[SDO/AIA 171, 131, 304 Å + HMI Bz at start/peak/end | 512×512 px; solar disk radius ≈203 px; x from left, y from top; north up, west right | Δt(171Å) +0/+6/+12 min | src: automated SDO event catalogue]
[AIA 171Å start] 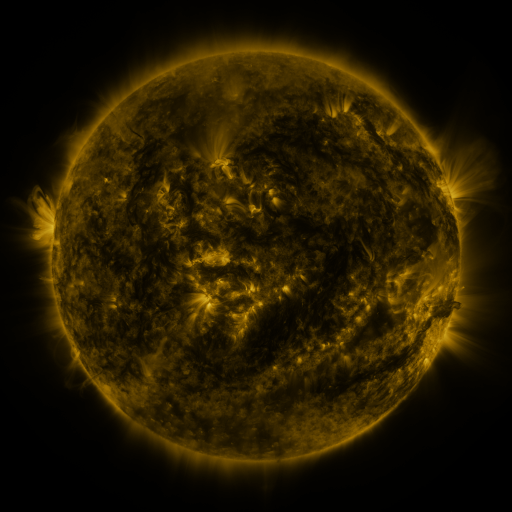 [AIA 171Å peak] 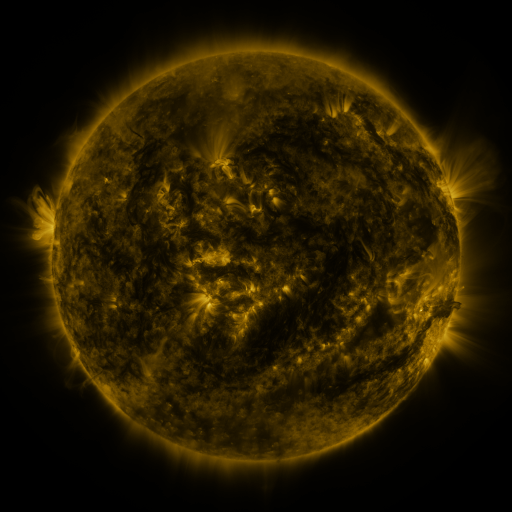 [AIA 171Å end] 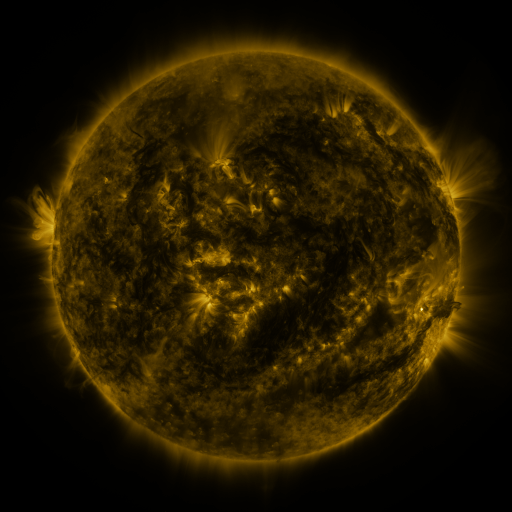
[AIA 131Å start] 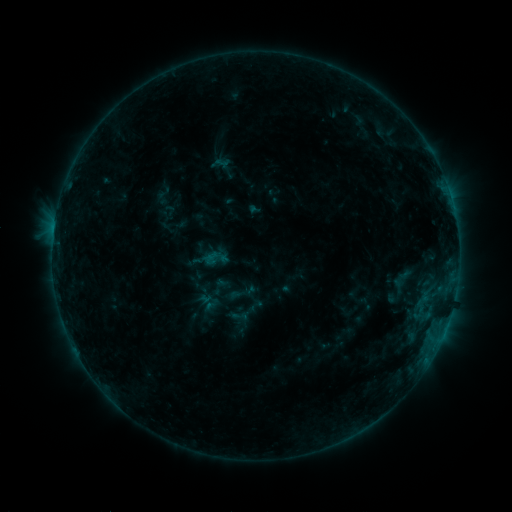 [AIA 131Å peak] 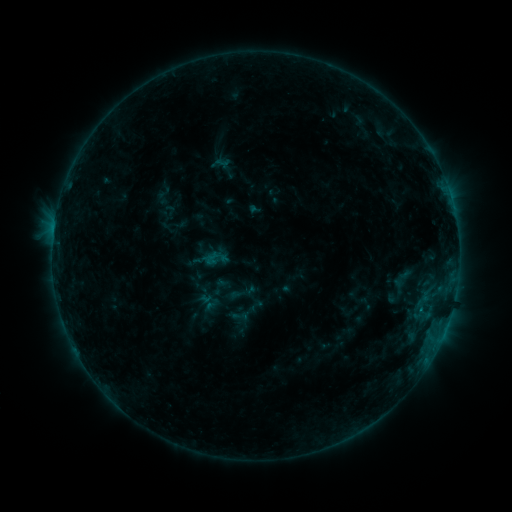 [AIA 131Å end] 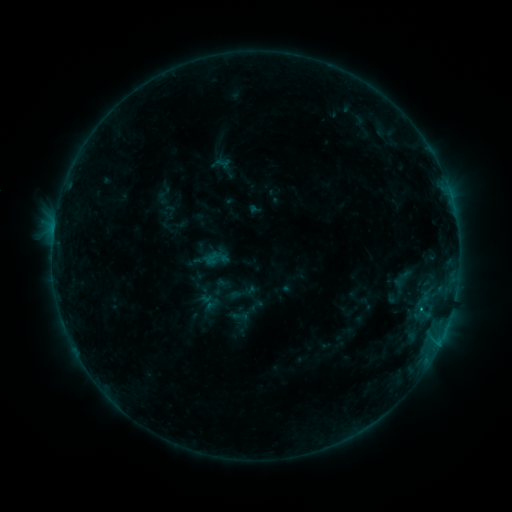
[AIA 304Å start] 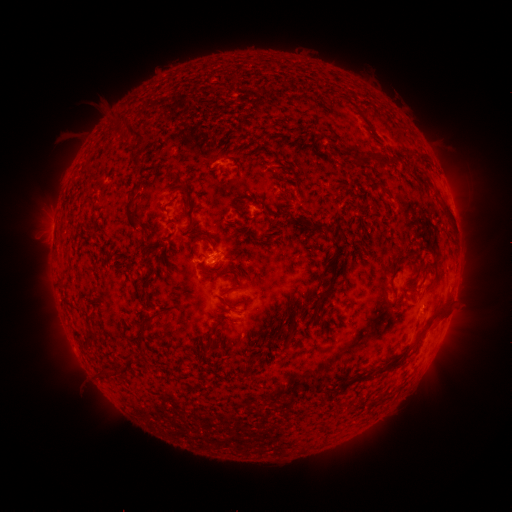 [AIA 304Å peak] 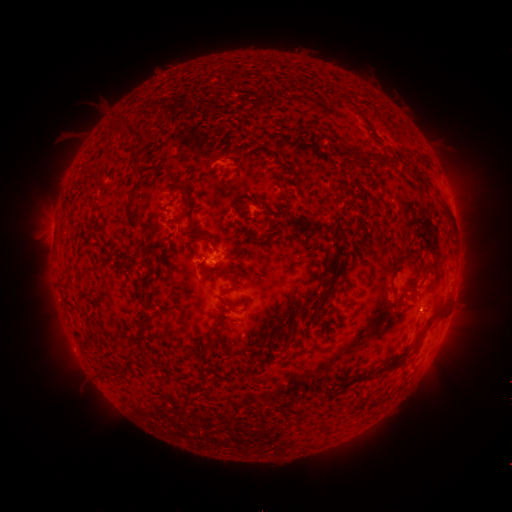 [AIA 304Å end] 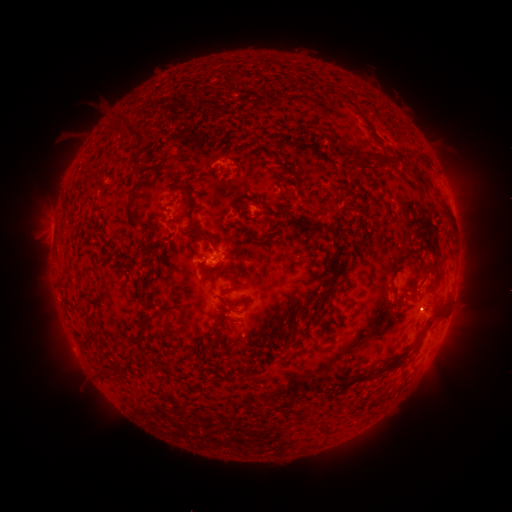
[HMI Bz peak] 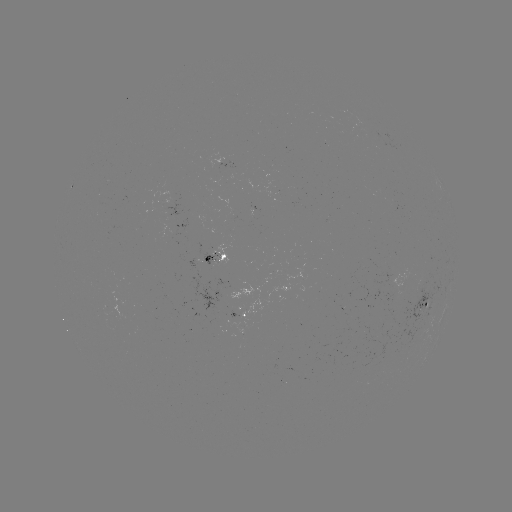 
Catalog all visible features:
C1.0 flare: (421, 306)
